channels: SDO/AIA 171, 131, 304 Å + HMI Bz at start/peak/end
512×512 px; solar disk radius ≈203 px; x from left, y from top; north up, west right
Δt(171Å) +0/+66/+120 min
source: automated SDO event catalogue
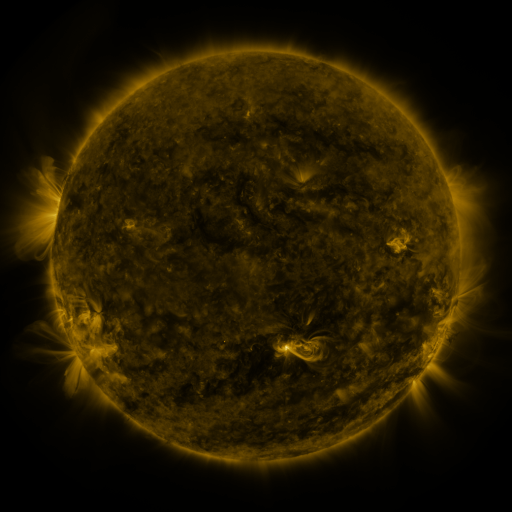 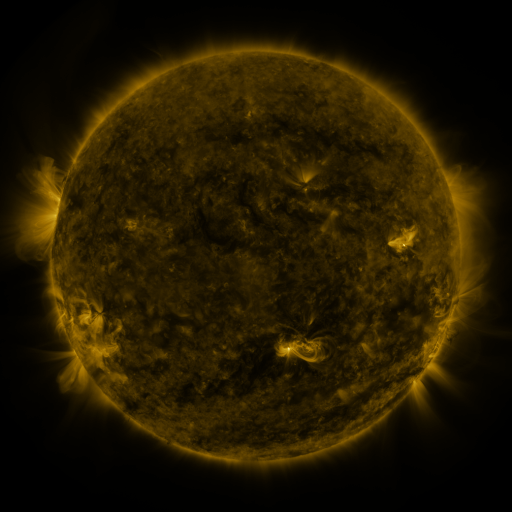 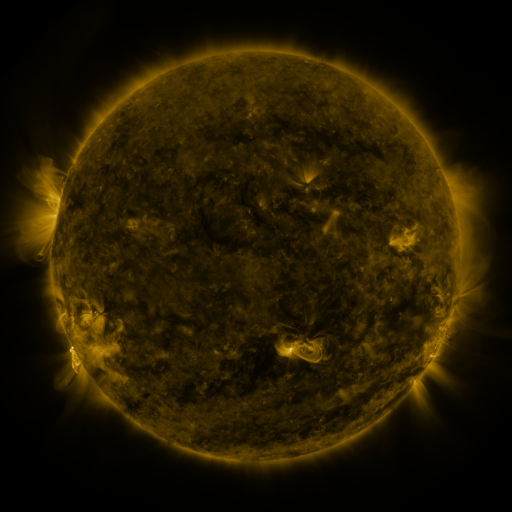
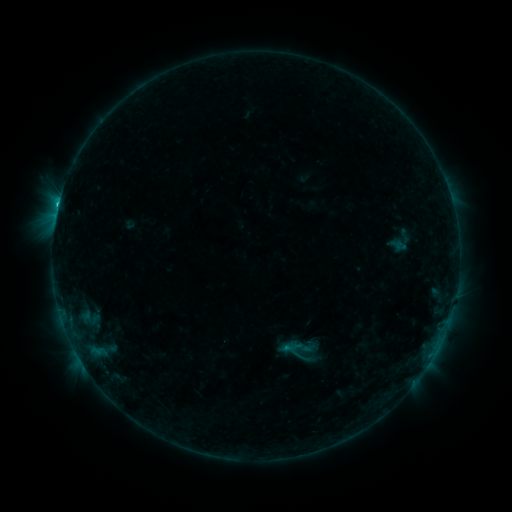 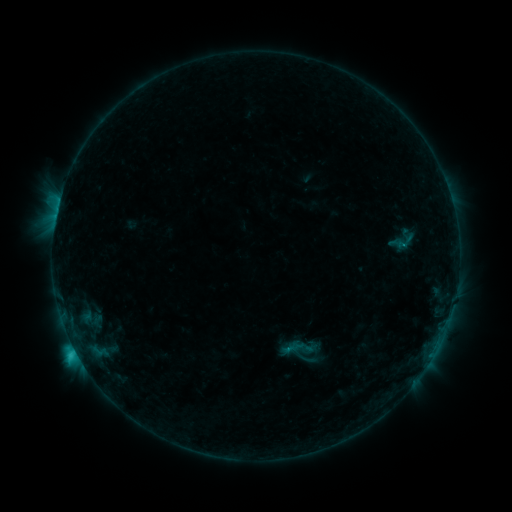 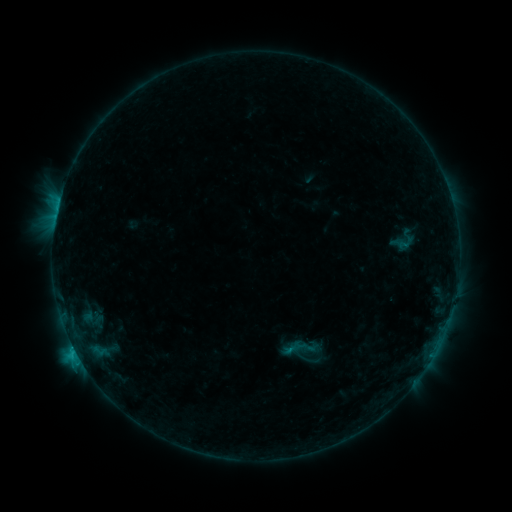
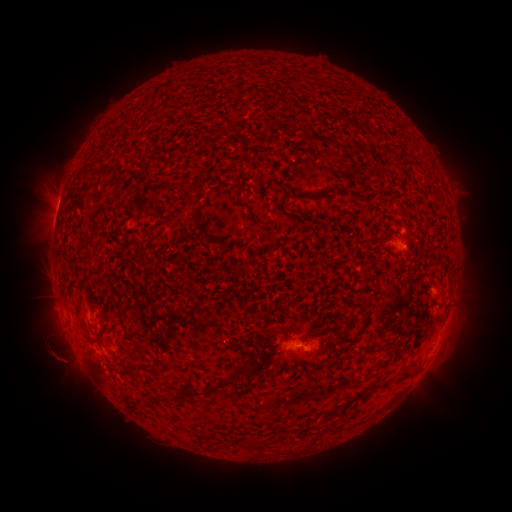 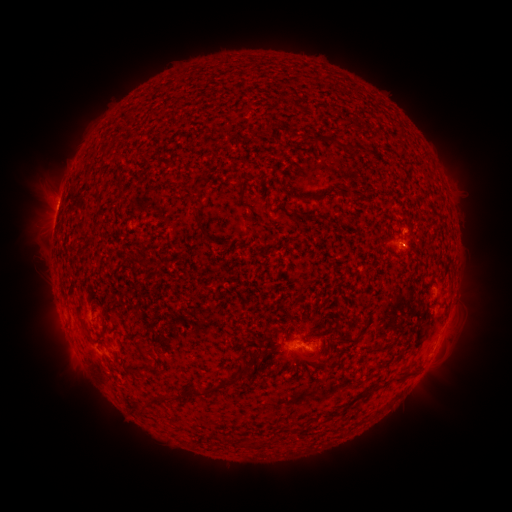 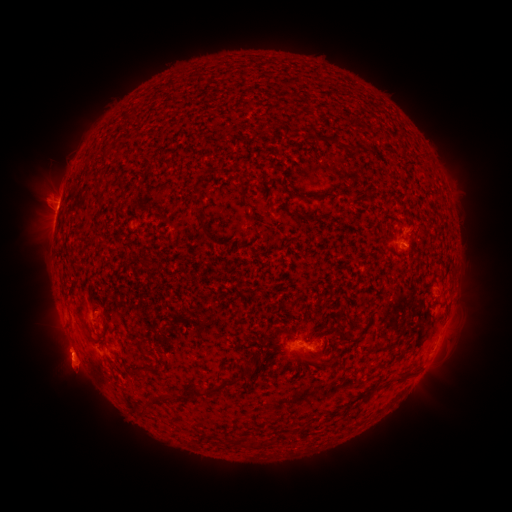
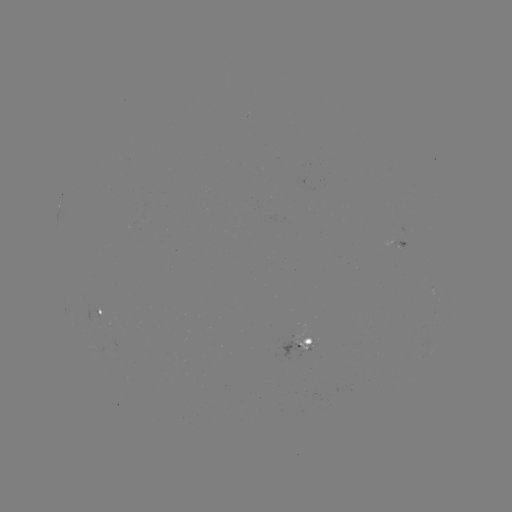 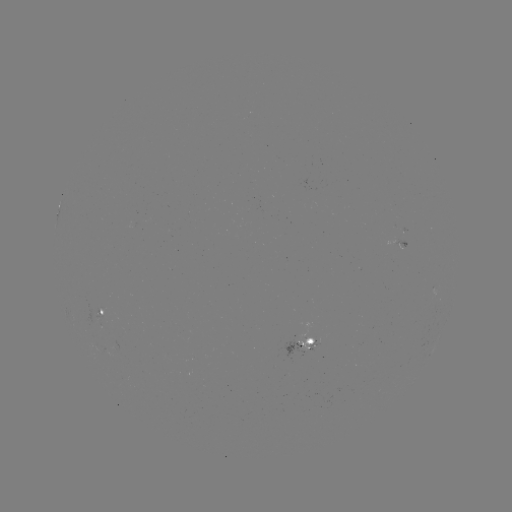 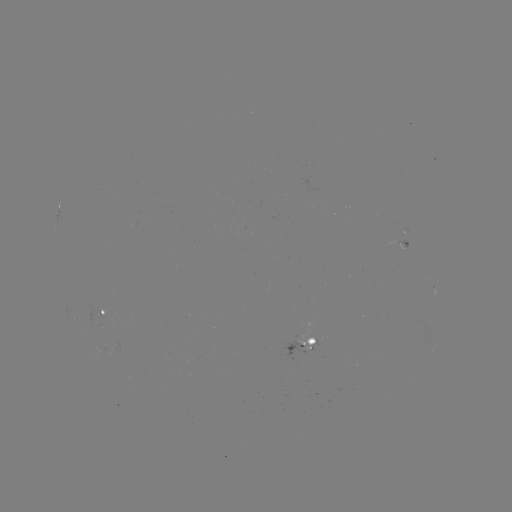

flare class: C2.0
